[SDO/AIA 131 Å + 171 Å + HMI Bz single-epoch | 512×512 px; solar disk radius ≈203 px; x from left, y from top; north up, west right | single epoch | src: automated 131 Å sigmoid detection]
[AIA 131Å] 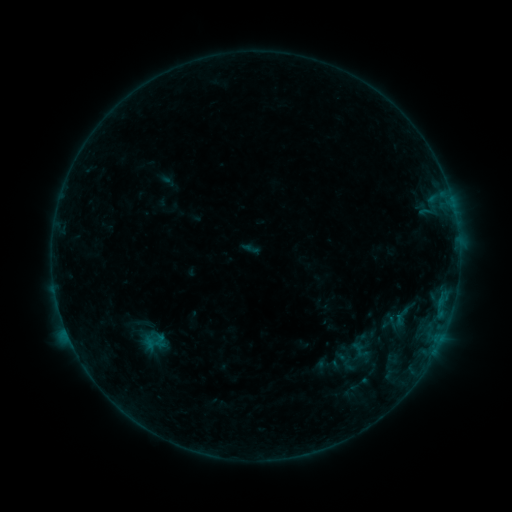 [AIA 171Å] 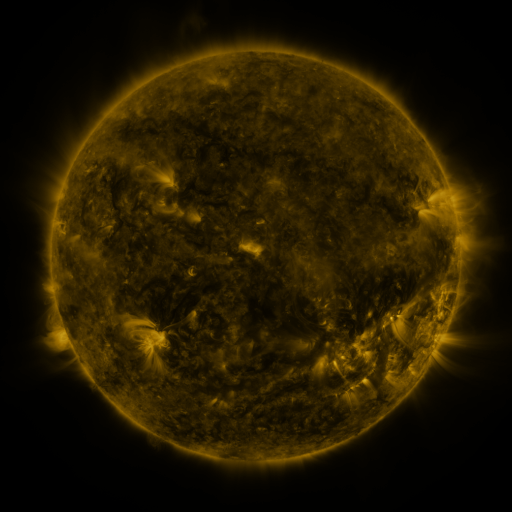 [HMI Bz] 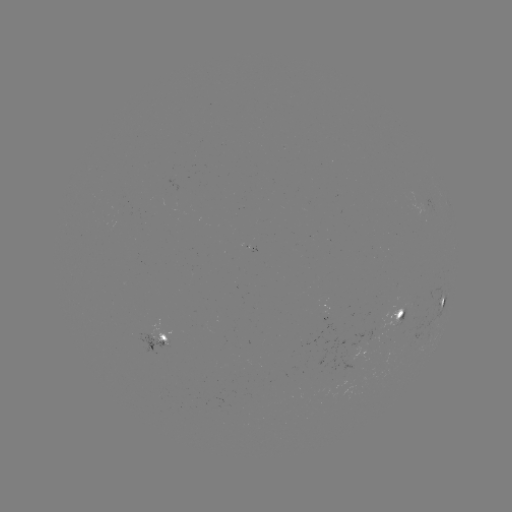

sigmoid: [132, 312, 158, 336]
